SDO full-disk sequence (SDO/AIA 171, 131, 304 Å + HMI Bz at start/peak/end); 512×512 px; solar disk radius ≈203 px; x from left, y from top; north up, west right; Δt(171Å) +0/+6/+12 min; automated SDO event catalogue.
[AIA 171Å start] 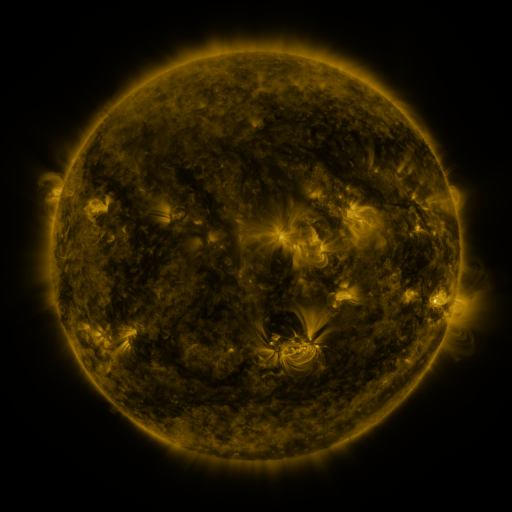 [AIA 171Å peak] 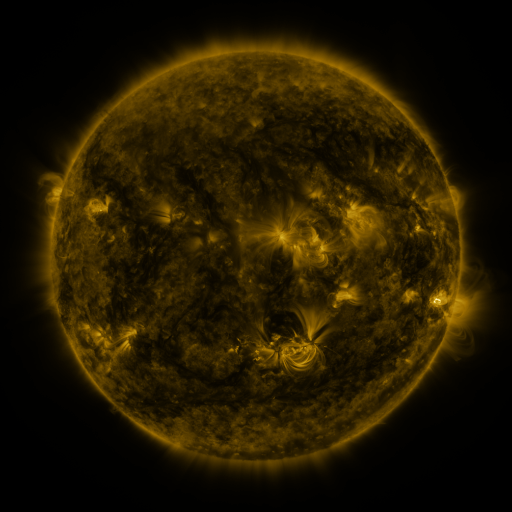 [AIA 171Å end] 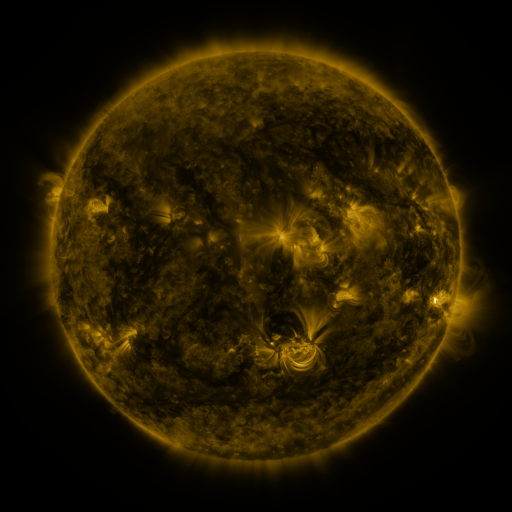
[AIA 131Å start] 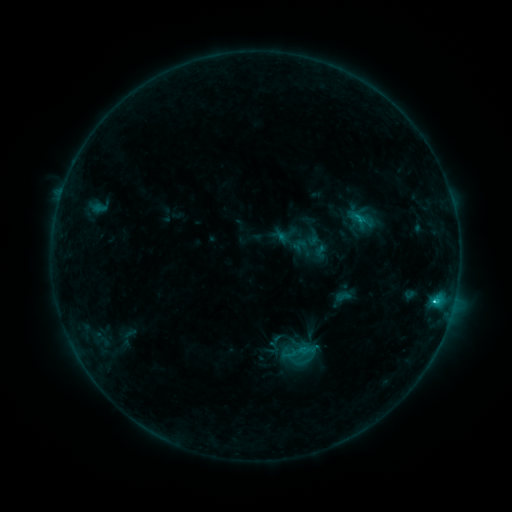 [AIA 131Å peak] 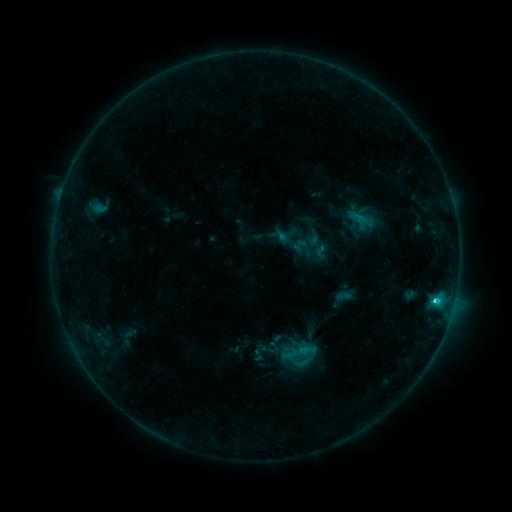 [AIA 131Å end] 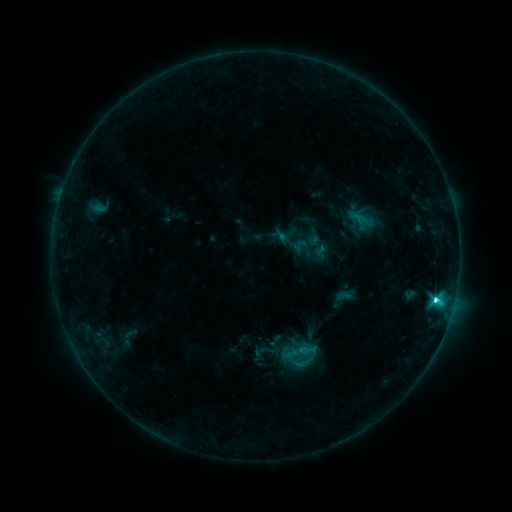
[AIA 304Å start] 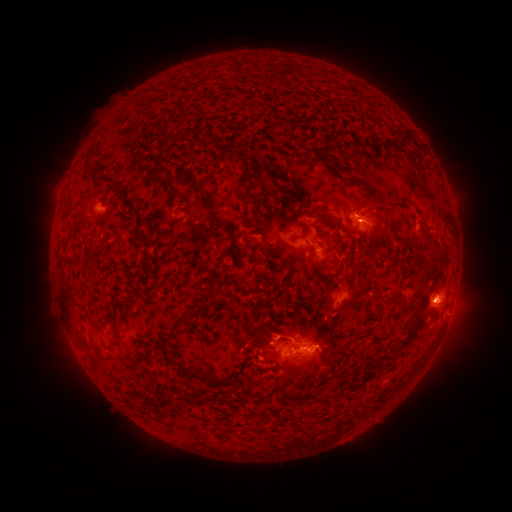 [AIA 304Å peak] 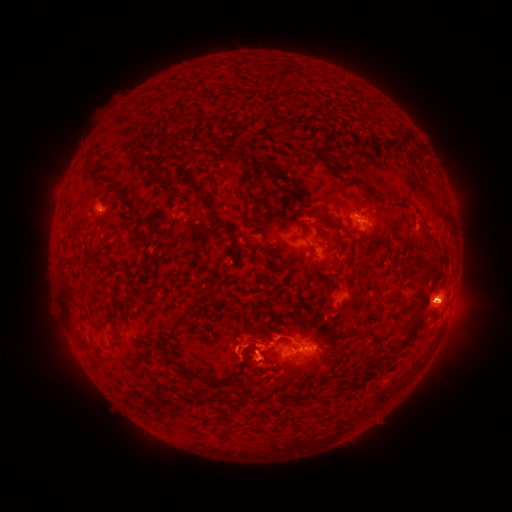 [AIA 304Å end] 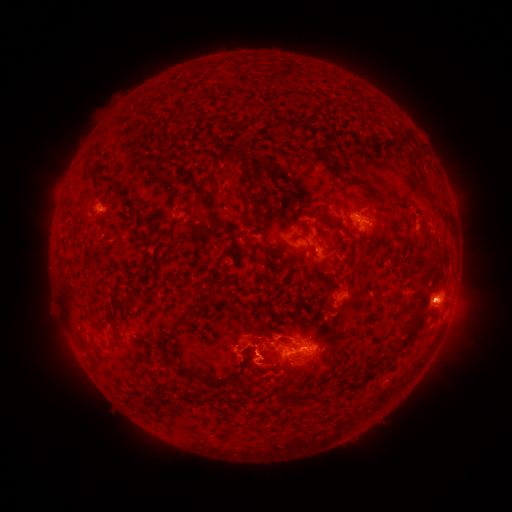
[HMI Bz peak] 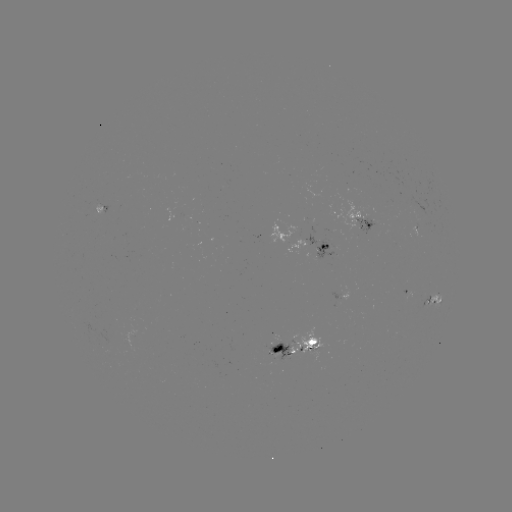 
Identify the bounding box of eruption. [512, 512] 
[424, 277, 477, 330].